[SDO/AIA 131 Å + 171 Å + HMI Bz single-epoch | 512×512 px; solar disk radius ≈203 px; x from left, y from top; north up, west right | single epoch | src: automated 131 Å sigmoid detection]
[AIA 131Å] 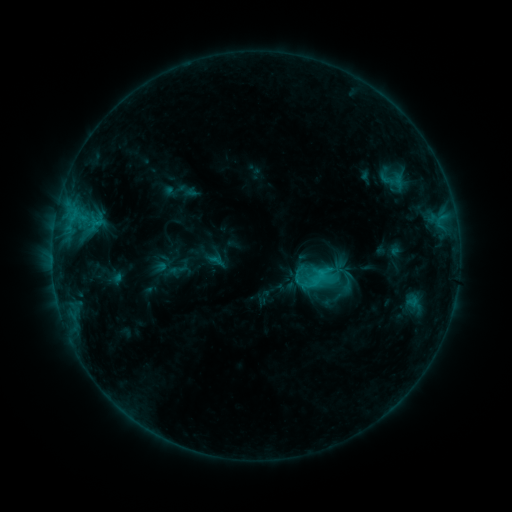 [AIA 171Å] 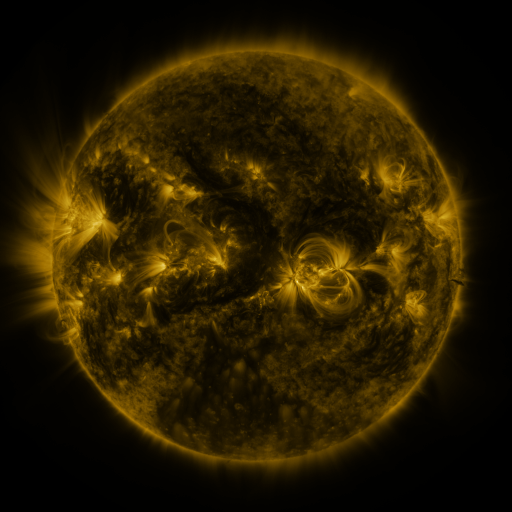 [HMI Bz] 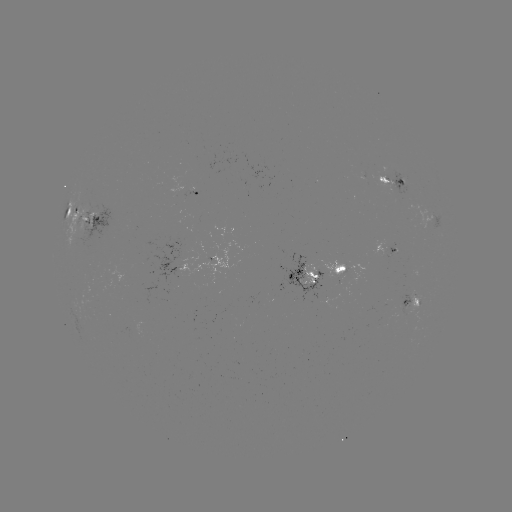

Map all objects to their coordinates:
sigmoid: [336, 268, 359, 293]
